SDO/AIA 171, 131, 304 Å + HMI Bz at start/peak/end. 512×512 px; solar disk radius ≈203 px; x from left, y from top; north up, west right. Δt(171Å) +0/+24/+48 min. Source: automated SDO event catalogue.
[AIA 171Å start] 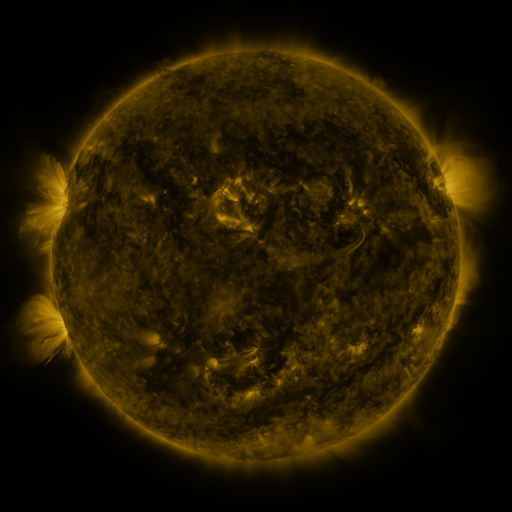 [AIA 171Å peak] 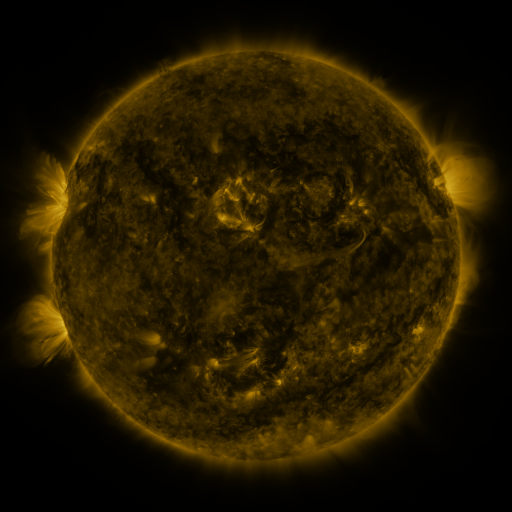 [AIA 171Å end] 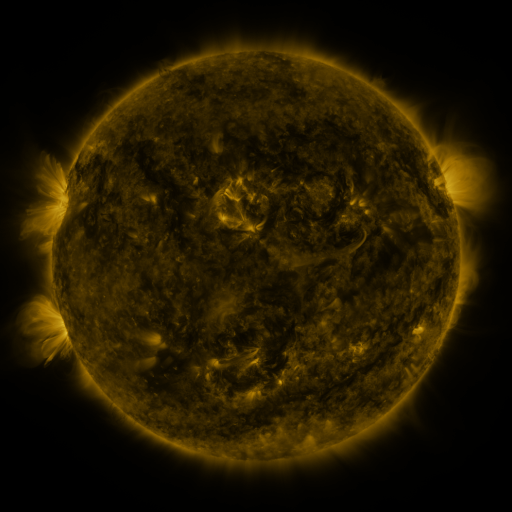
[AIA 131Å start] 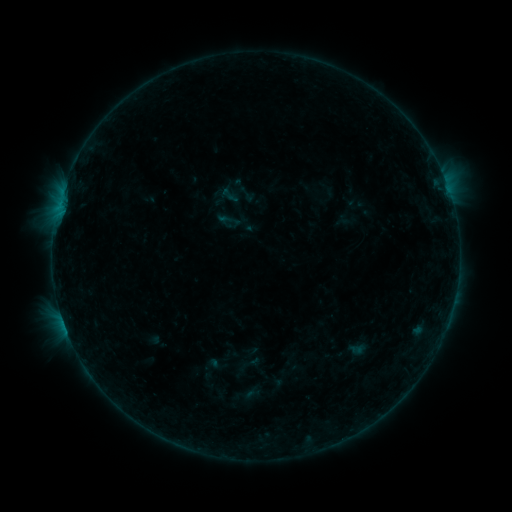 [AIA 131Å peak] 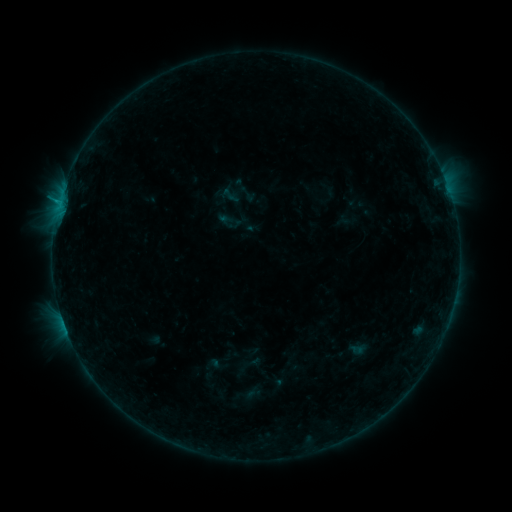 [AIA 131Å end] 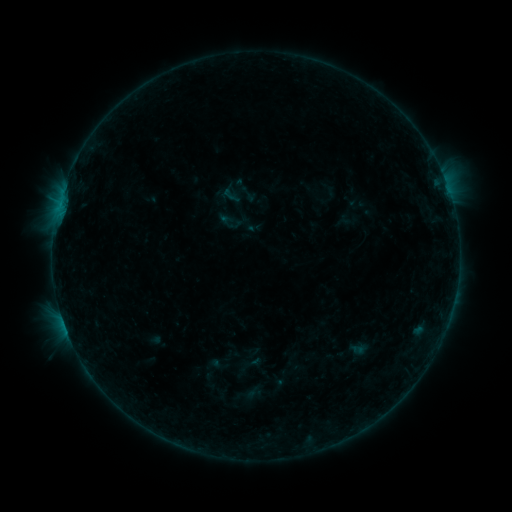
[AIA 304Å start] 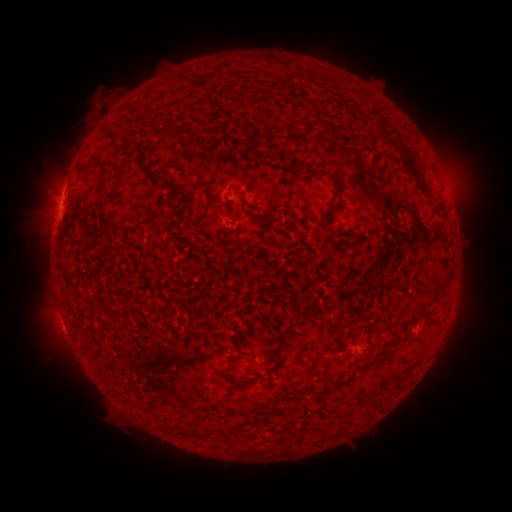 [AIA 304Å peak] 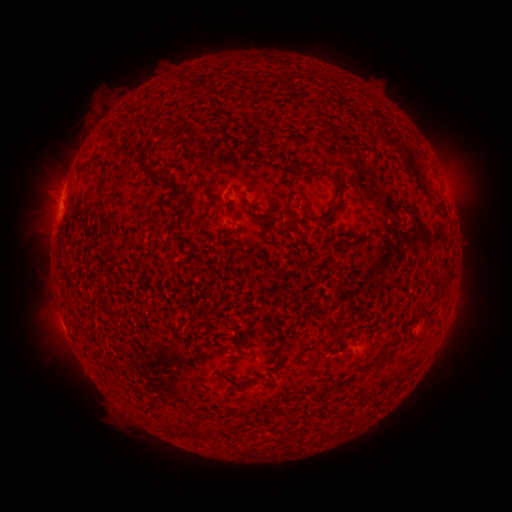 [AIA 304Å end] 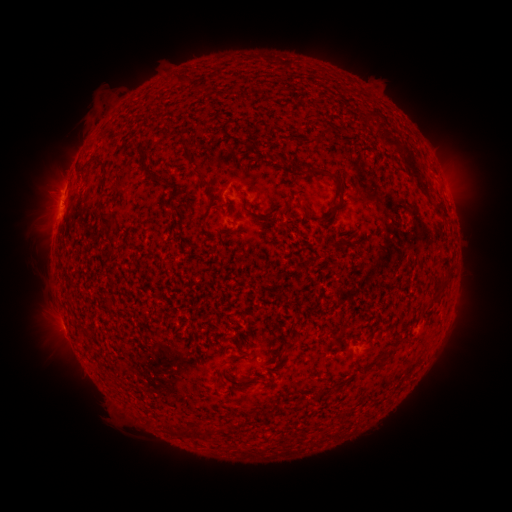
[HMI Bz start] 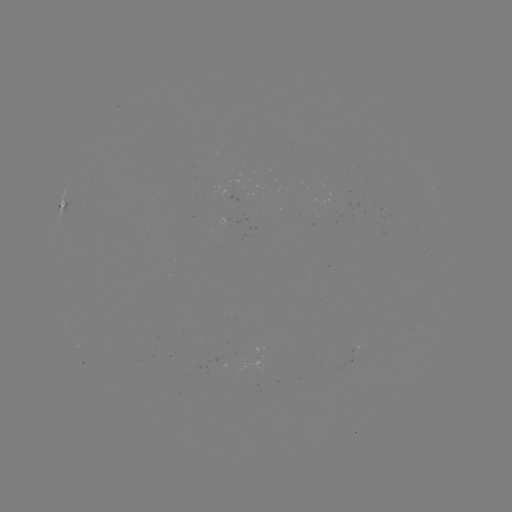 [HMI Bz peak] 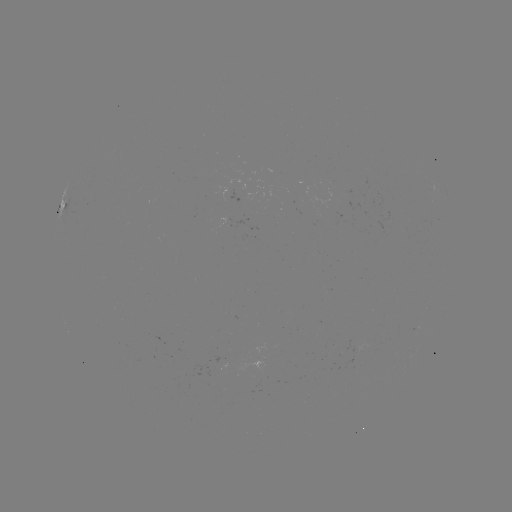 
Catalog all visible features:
B4.9 flare: (59, 204)
